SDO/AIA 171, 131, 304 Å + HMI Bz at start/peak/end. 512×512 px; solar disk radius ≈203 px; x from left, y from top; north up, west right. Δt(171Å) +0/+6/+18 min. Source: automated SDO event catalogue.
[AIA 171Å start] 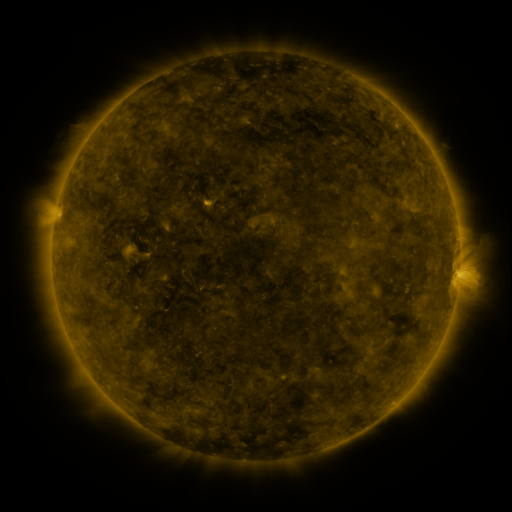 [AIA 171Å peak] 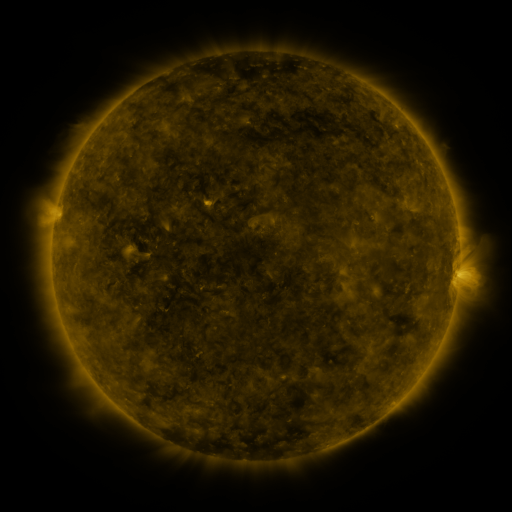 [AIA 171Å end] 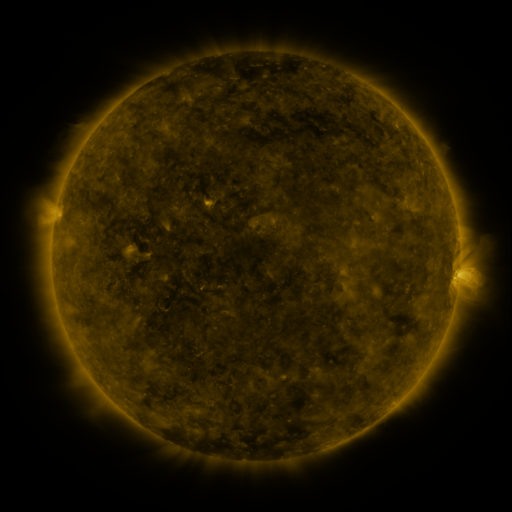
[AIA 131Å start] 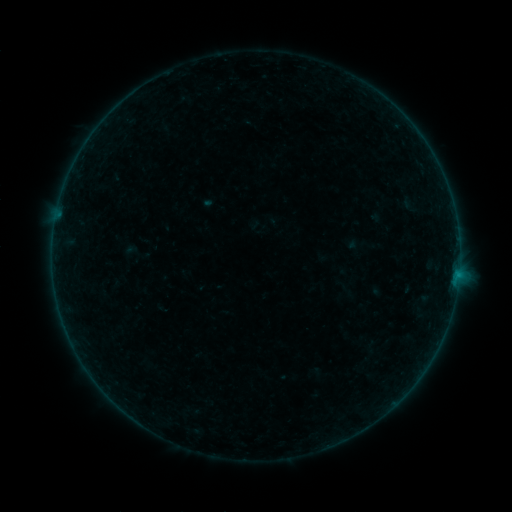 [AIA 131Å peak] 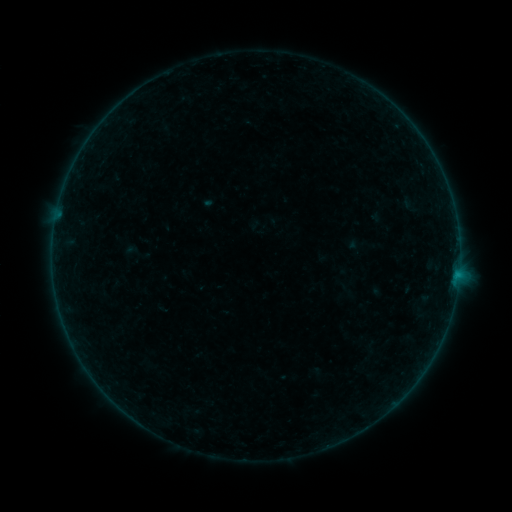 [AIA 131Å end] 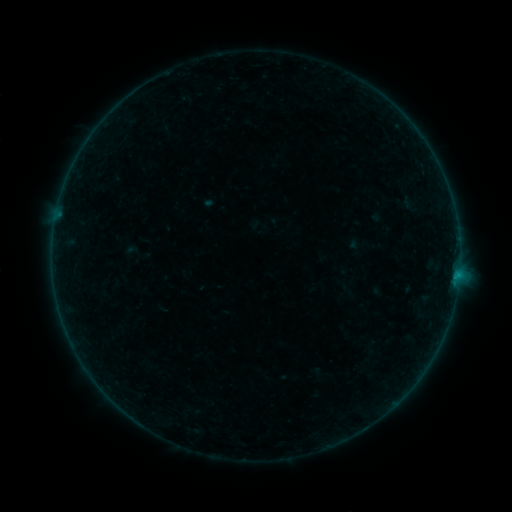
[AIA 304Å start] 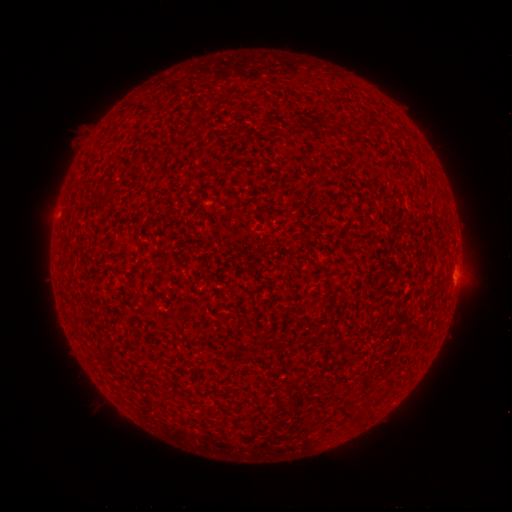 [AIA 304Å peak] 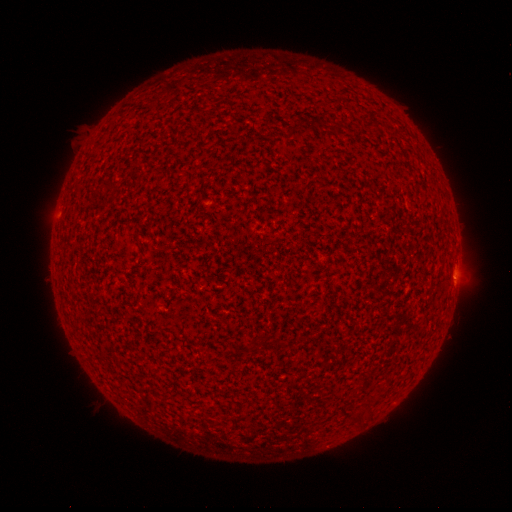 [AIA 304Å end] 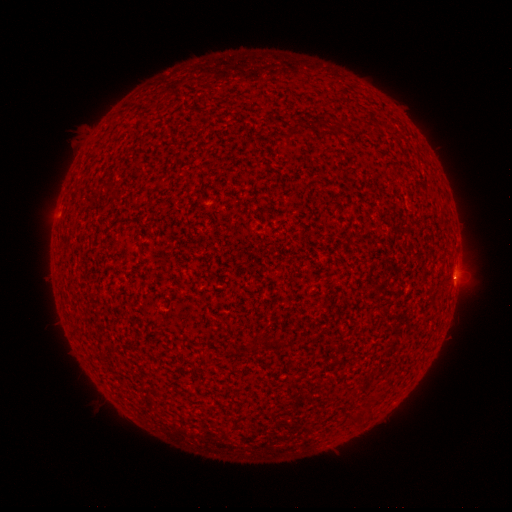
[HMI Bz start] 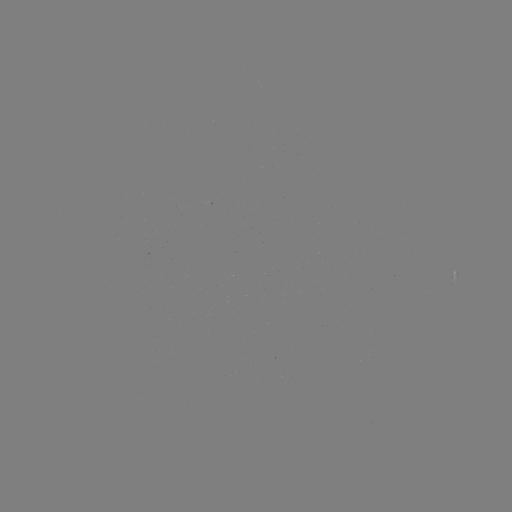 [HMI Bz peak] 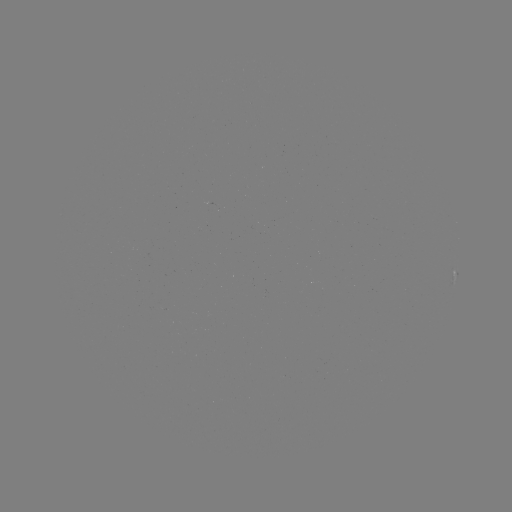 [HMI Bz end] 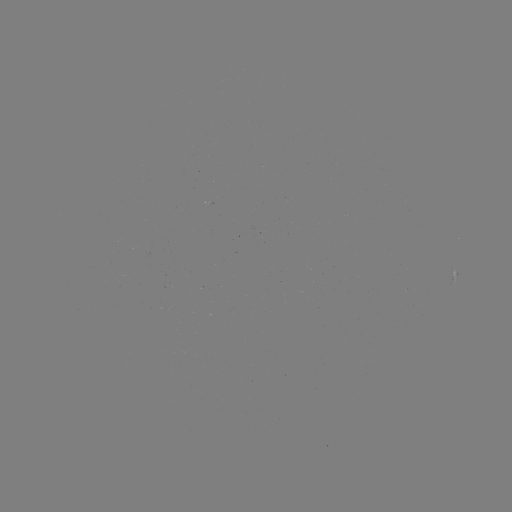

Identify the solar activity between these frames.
B1.0 flare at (456, 273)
